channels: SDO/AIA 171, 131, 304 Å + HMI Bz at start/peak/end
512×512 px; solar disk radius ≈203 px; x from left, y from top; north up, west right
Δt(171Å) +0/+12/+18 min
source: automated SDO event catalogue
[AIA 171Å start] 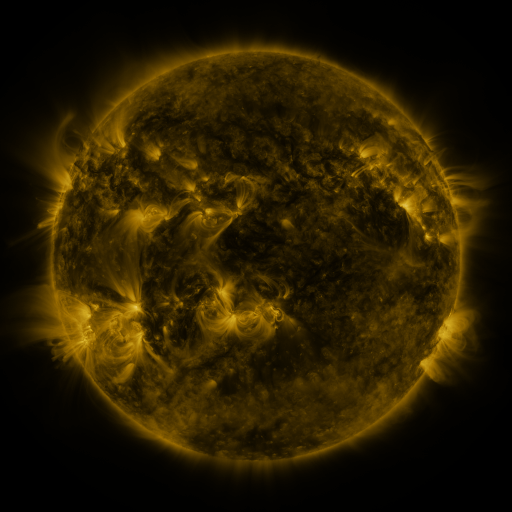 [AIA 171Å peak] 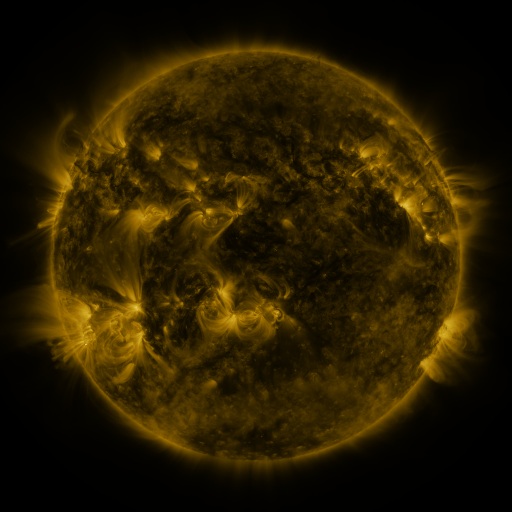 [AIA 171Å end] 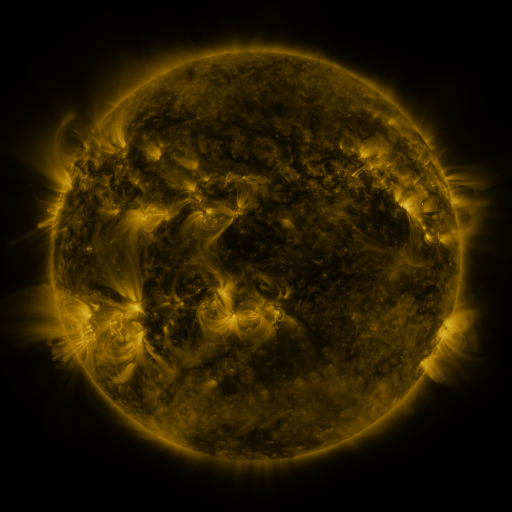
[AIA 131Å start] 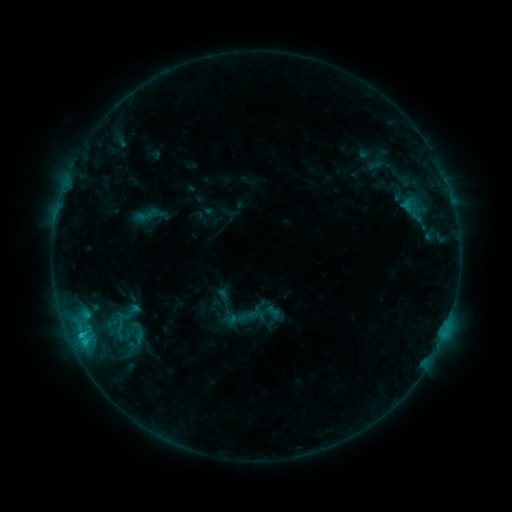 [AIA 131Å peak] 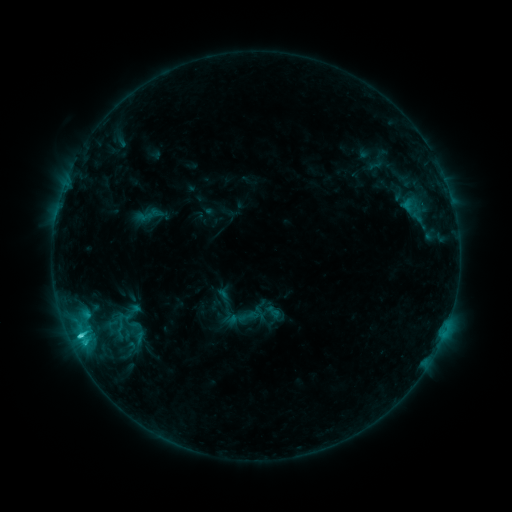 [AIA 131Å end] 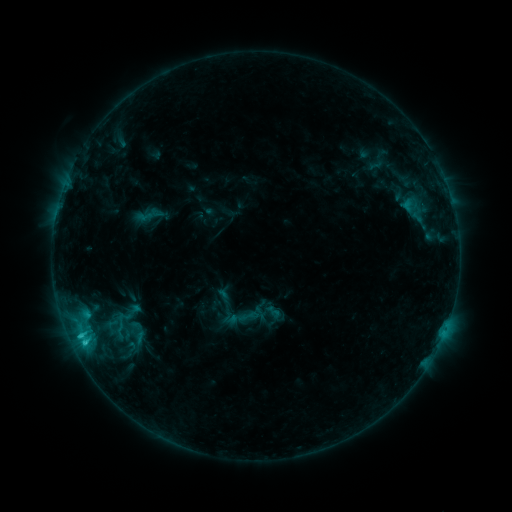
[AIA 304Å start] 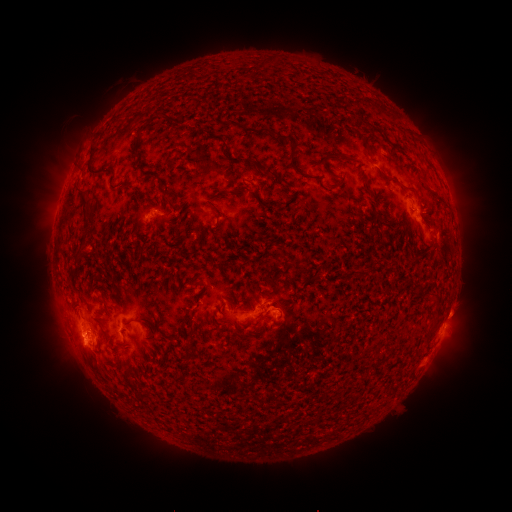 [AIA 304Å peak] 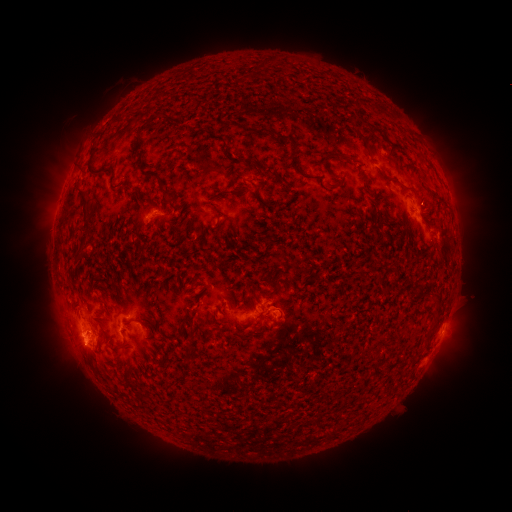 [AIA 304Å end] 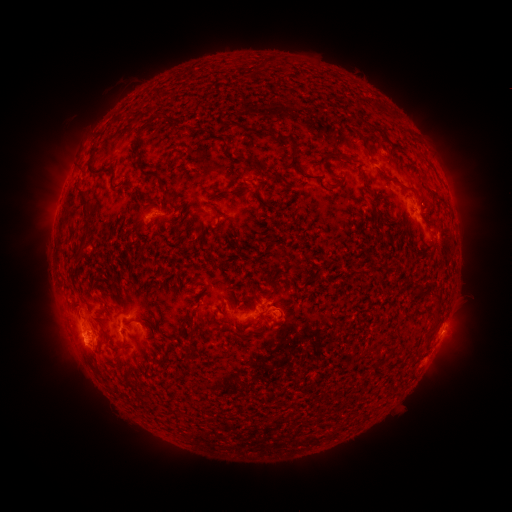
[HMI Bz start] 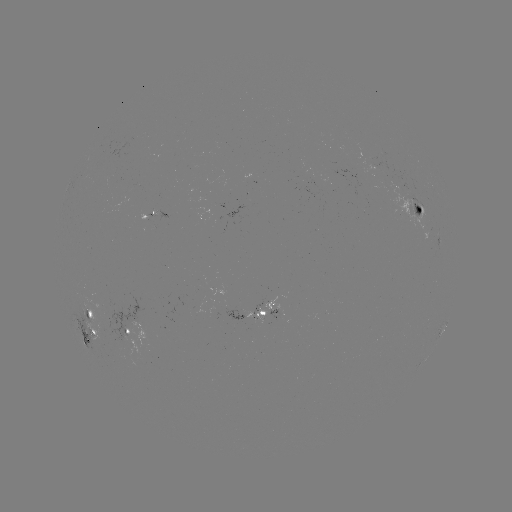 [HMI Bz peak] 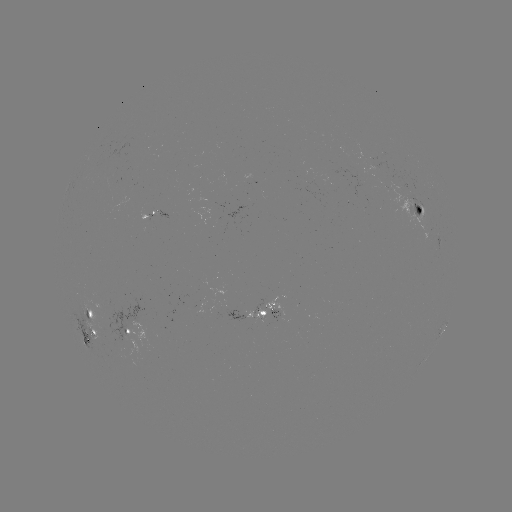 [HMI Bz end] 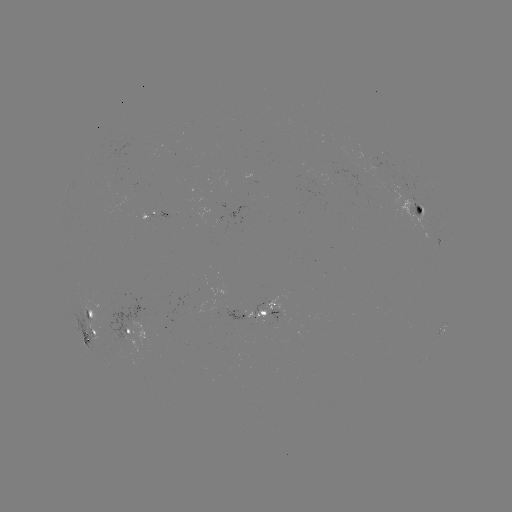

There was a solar flare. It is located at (79, 332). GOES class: C2.5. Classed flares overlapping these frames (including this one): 1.